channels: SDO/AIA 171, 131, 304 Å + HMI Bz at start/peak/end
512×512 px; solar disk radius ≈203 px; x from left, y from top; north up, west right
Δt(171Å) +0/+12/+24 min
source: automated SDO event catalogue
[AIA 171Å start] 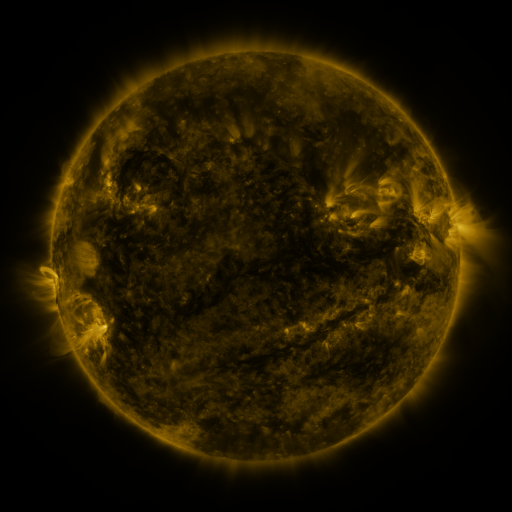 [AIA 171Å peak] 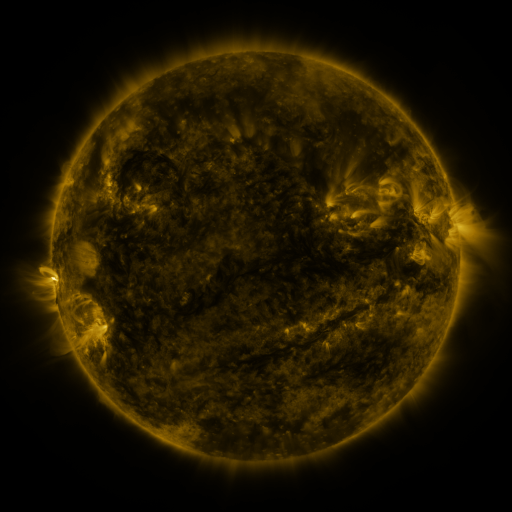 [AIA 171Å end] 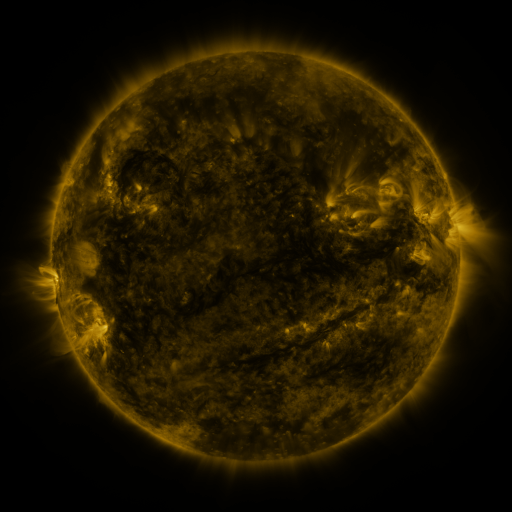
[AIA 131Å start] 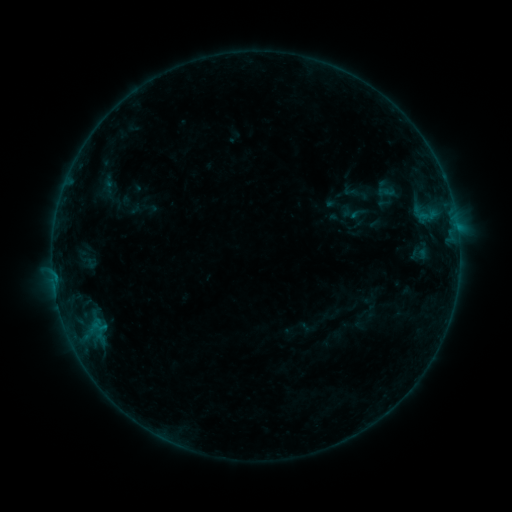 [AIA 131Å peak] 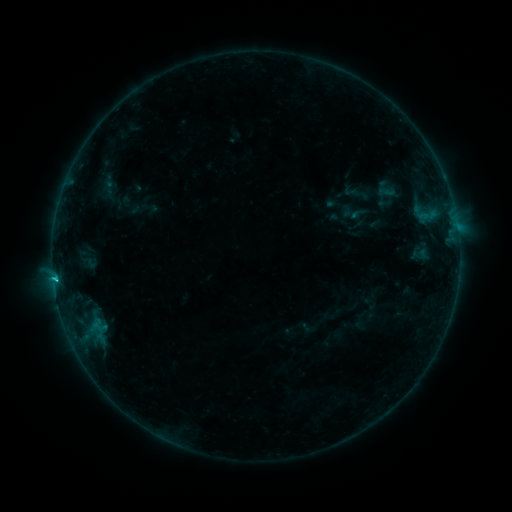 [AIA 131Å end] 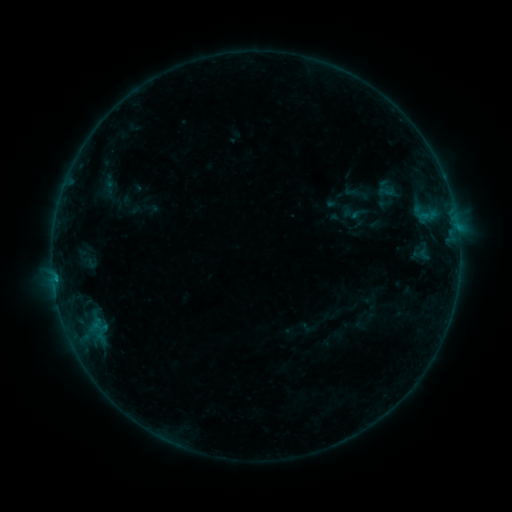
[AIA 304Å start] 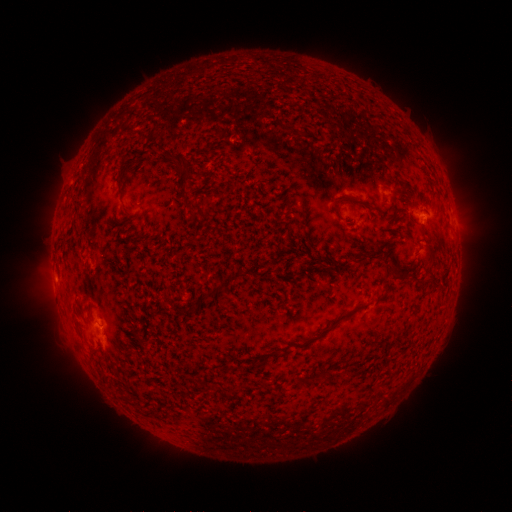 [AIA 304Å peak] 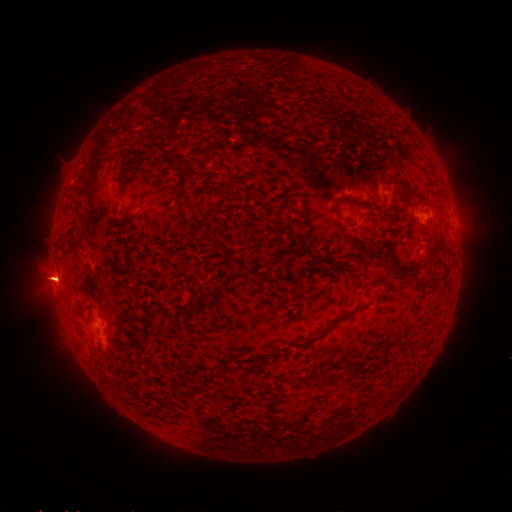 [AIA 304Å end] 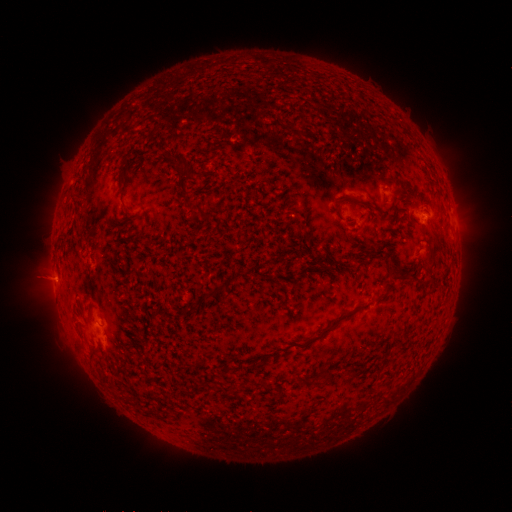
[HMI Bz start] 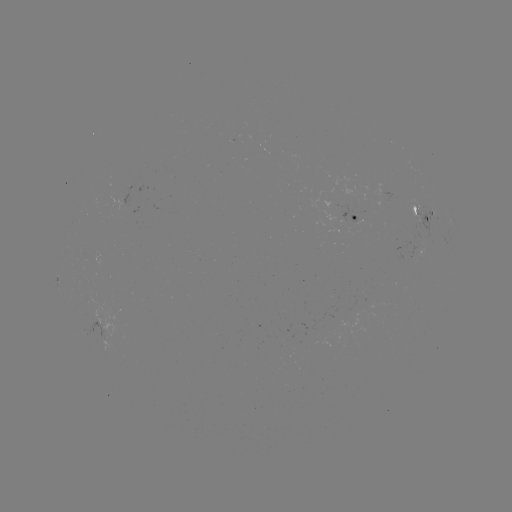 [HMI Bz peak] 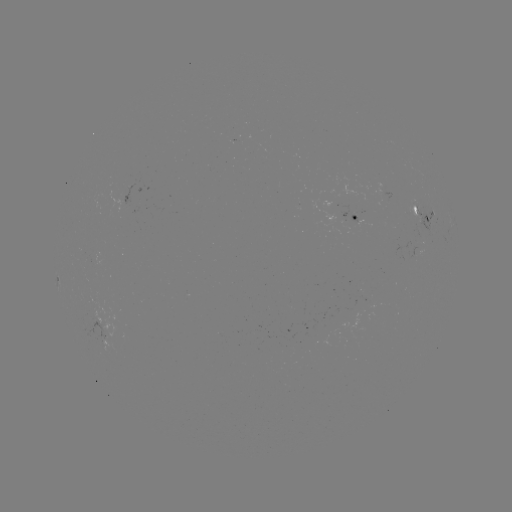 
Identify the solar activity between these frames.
B8.7 flare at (56, 277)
